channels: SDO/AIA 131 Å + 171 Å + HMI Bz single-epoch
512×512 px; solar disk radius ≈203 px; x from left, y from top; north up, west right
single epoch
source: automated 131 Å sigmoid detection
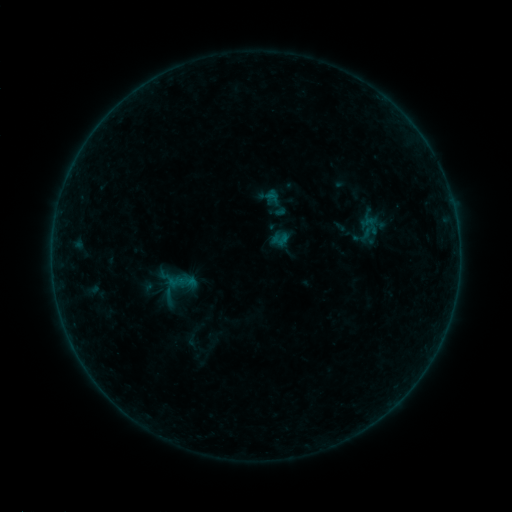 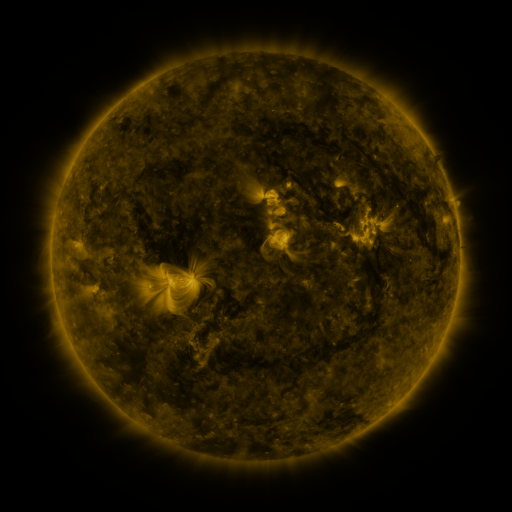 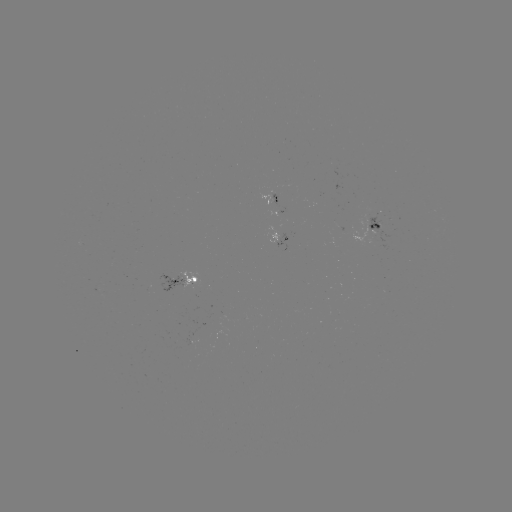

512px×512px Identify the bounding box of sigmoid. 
[157, 286, 181, 307].